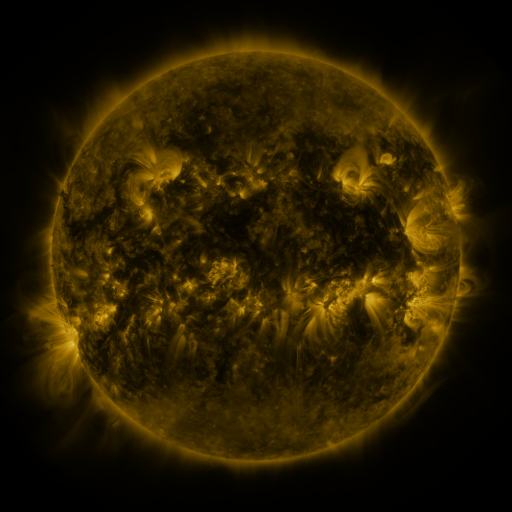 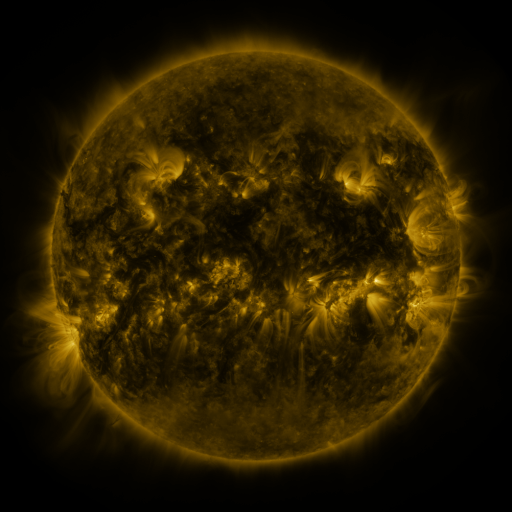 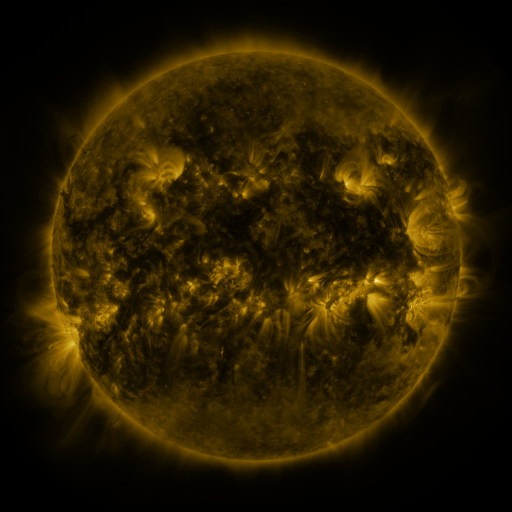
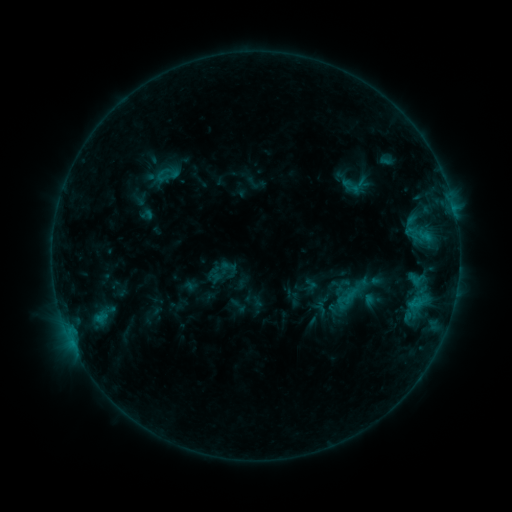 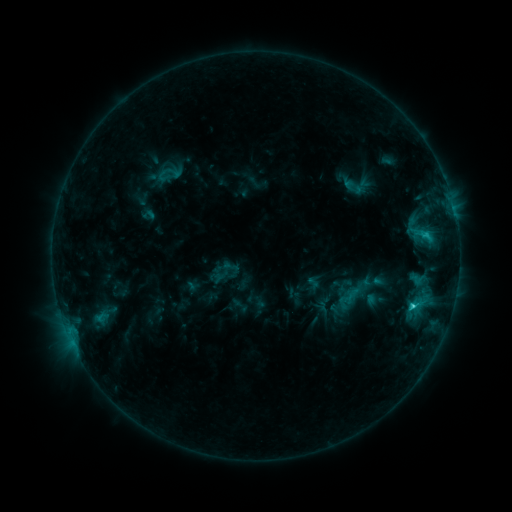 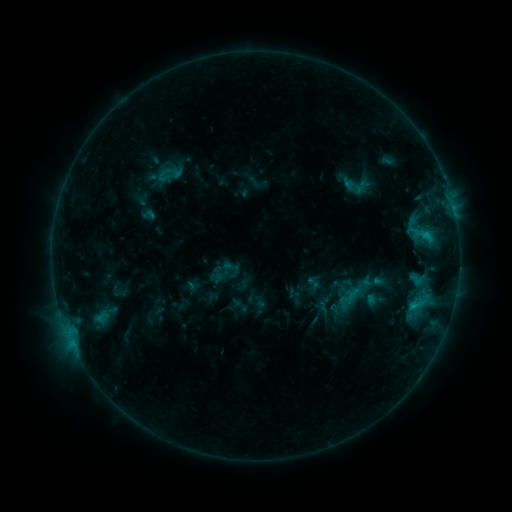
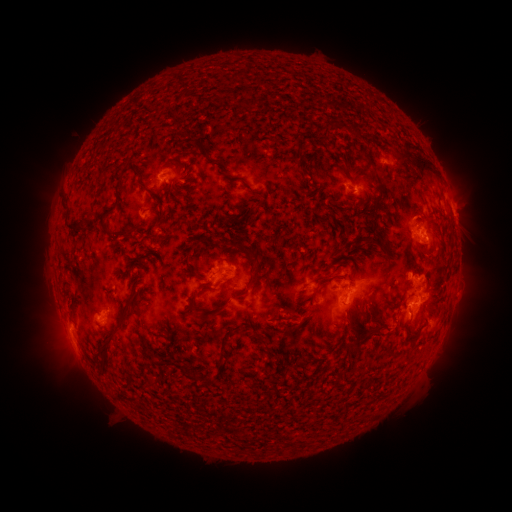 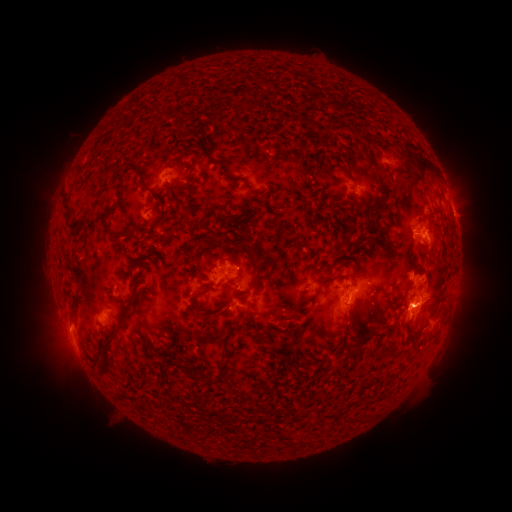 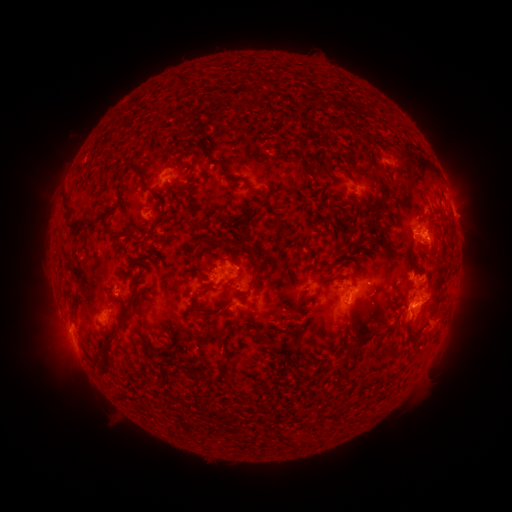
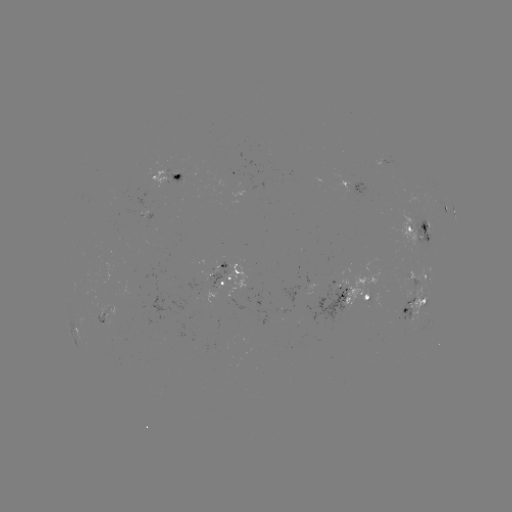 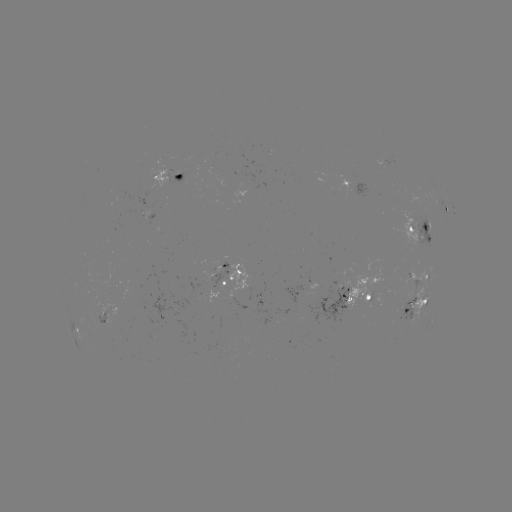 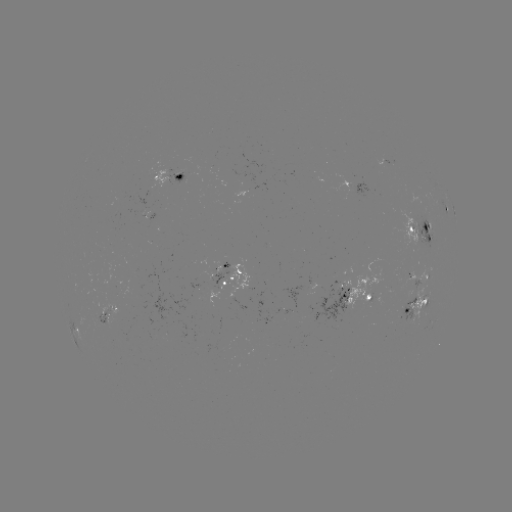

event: flare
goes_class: C2.1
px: (411, 304)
